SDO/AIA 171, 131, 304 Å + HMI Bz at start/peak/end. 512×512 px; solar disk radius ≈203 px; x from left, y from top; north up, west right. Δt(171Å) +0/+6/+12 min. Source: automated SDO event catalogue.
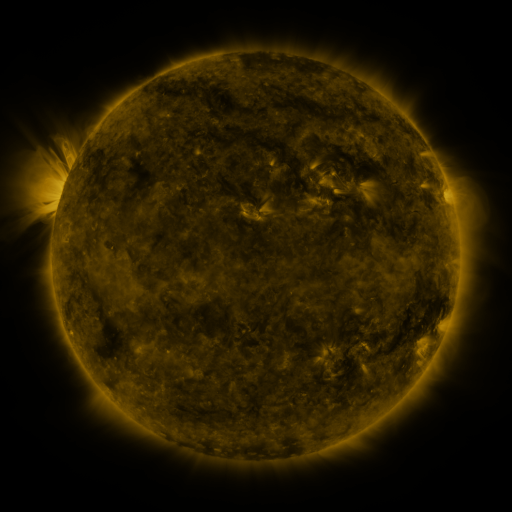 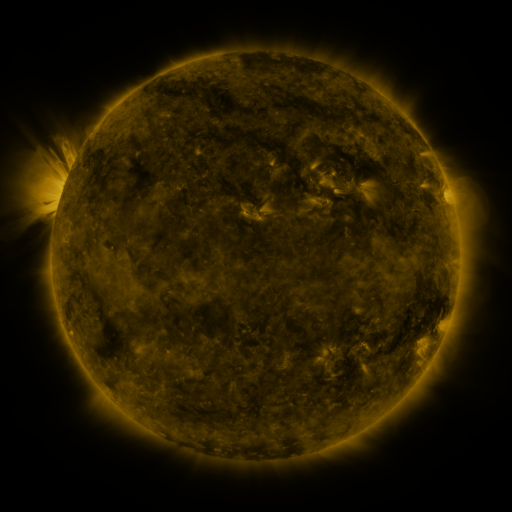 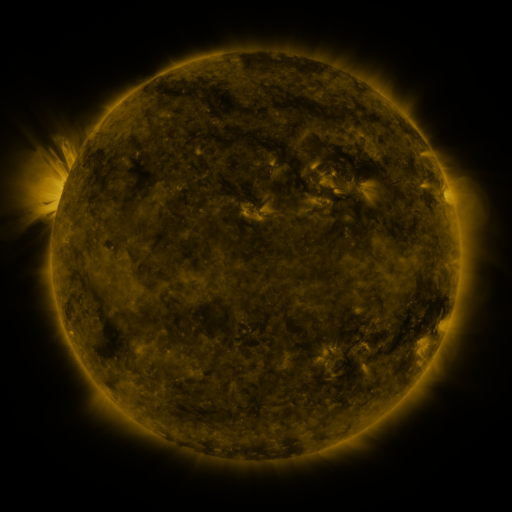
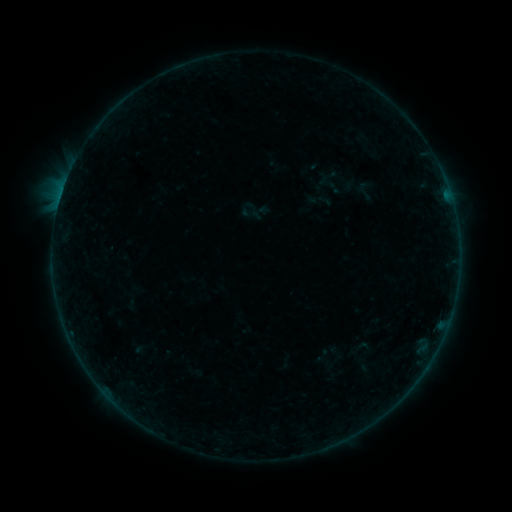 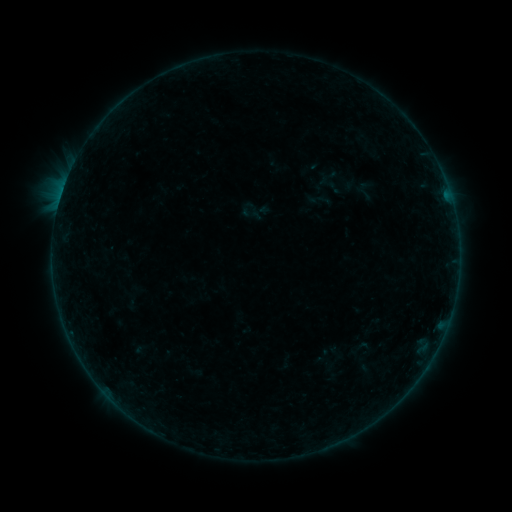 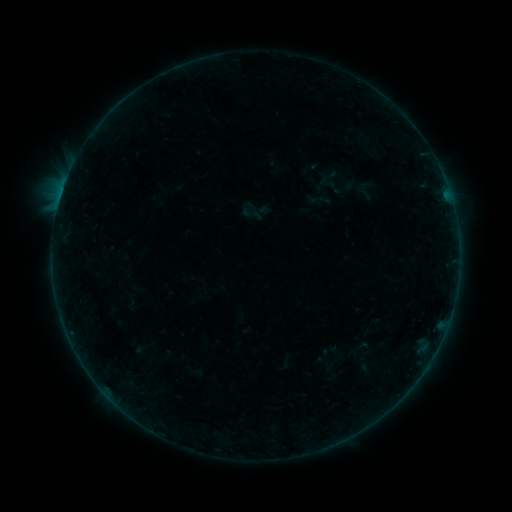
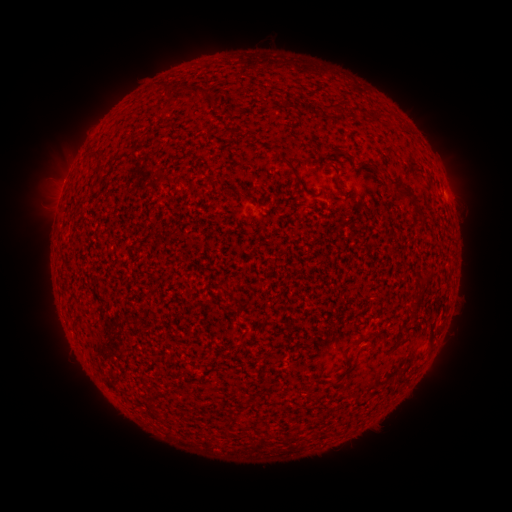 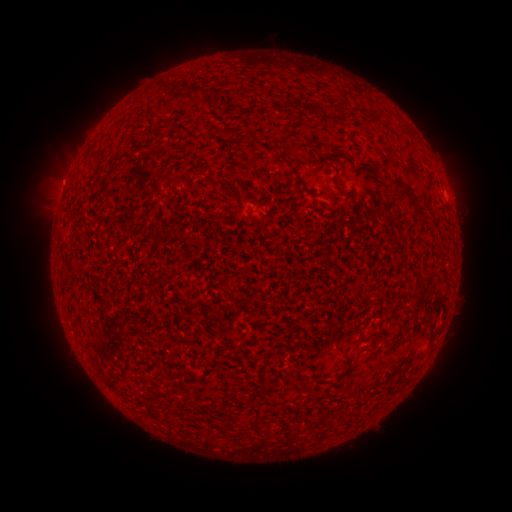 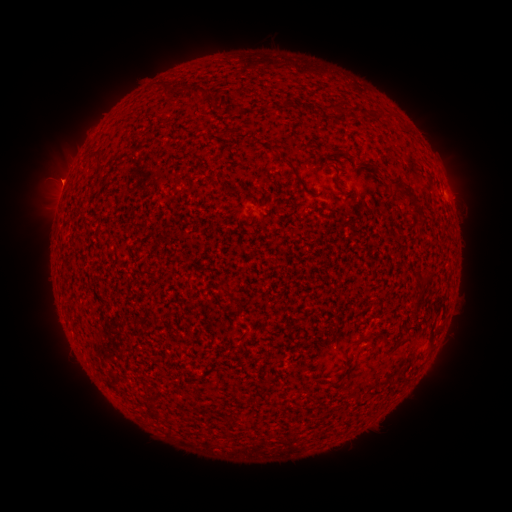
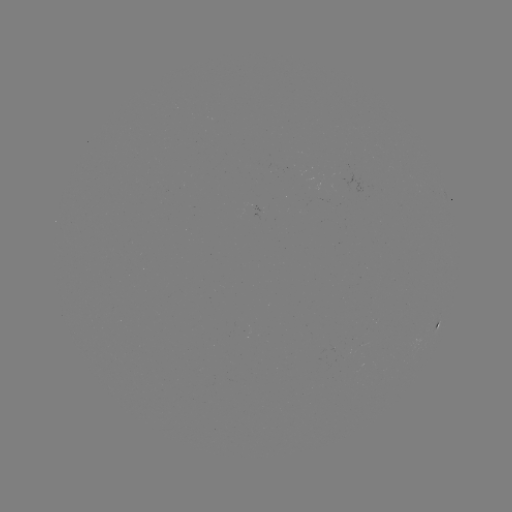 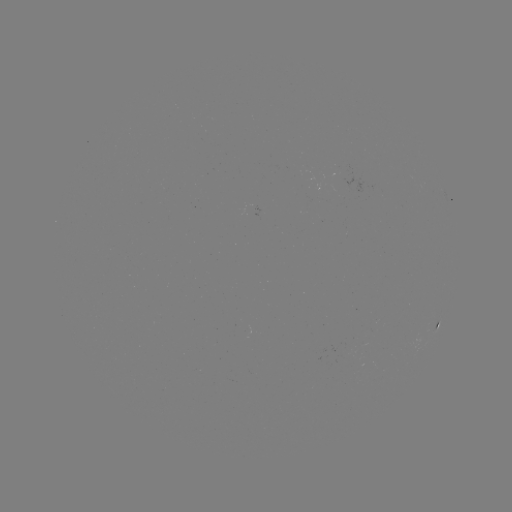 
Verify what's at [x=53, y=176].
eruption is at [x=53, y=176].